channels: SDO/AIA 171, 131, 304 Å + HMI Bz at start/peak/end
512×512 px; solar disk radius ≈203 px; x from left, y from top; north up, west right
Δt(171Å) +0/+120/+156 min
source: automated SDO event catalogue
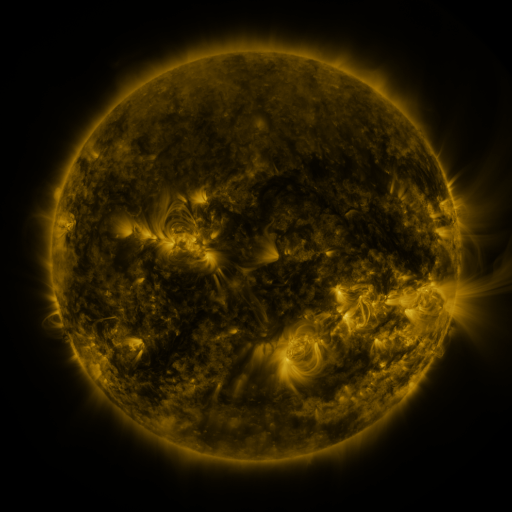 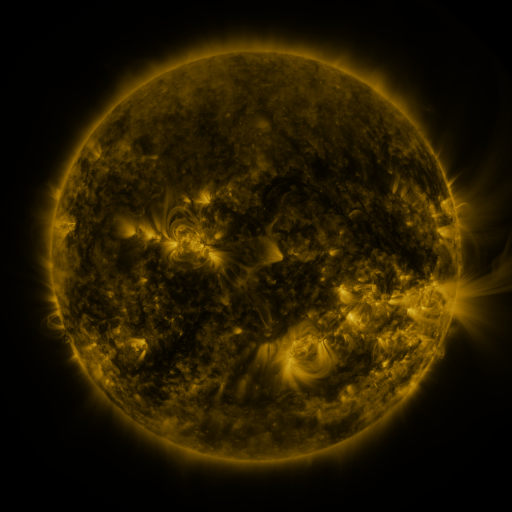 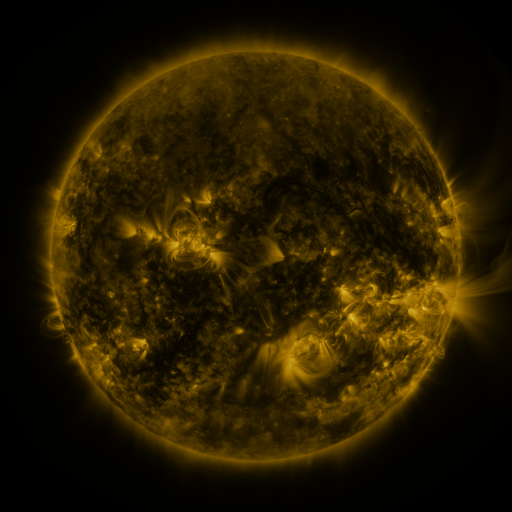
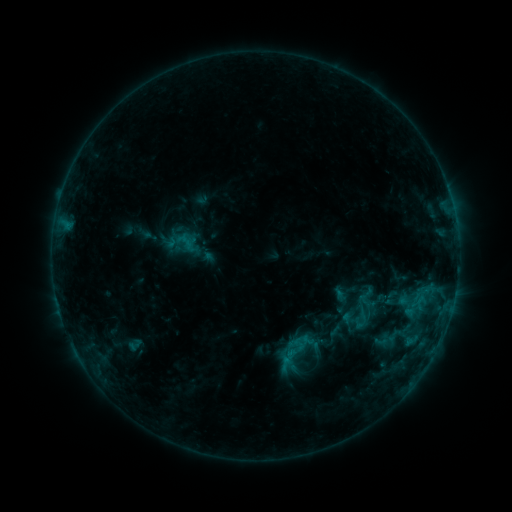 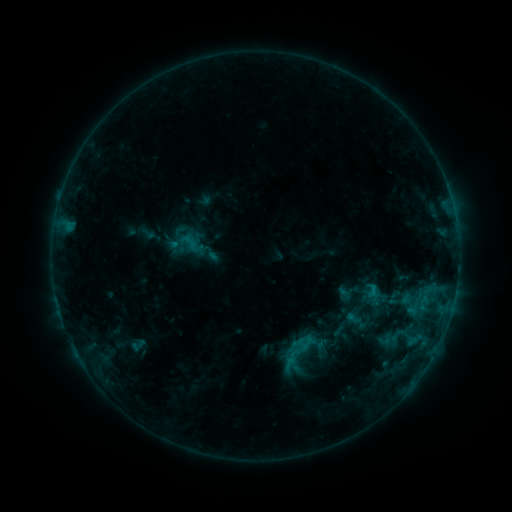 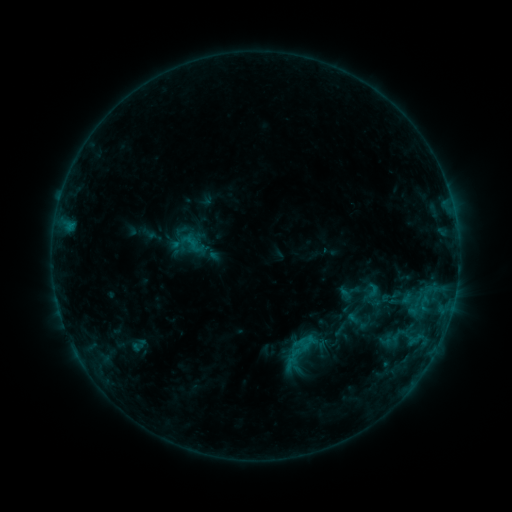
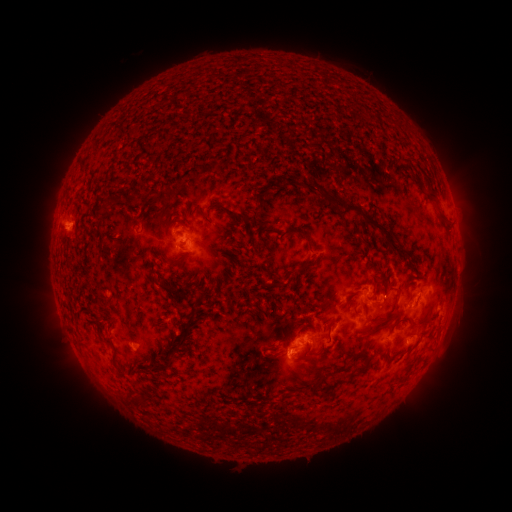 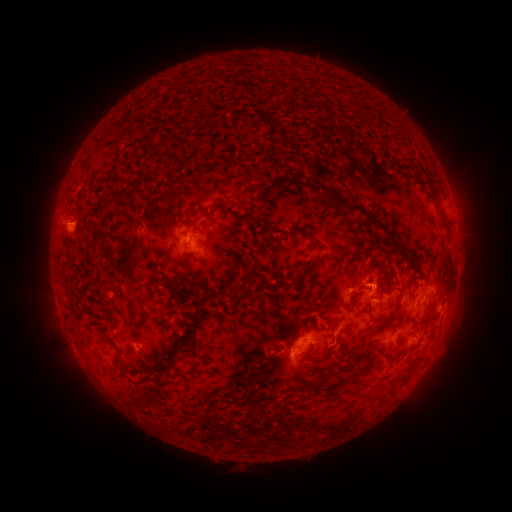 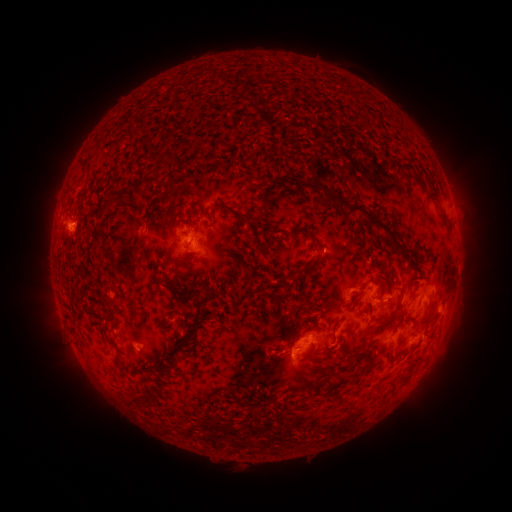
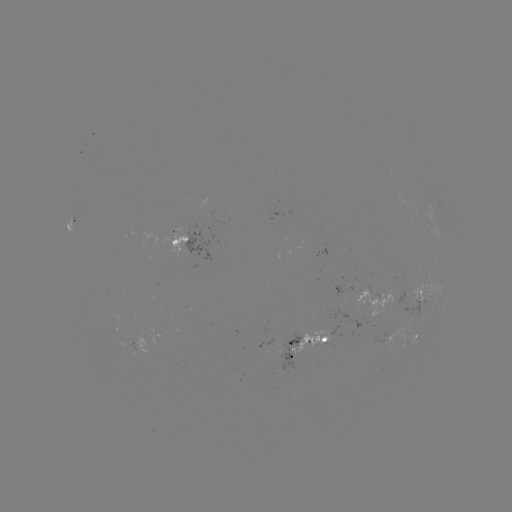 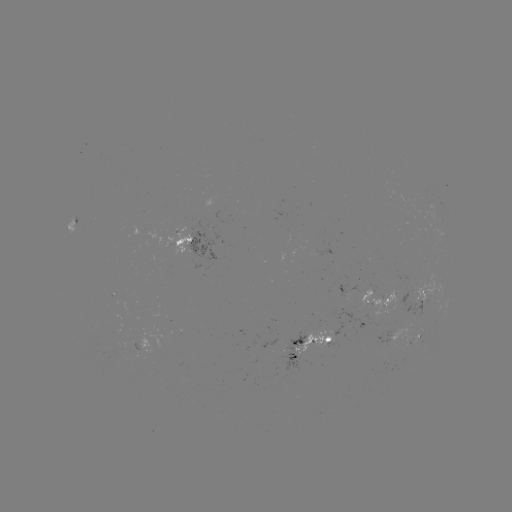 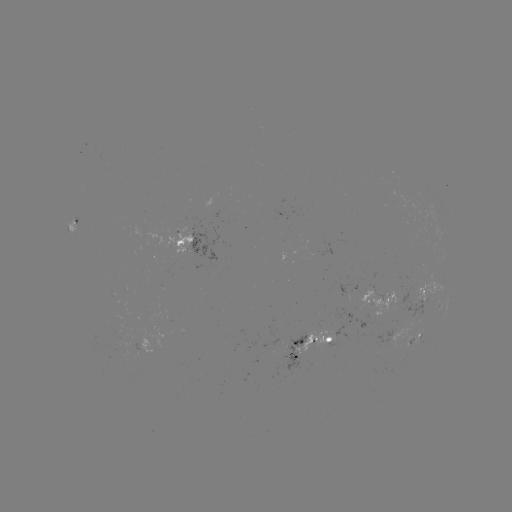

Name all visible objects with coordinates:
emerging-flux region: (320, 252)
